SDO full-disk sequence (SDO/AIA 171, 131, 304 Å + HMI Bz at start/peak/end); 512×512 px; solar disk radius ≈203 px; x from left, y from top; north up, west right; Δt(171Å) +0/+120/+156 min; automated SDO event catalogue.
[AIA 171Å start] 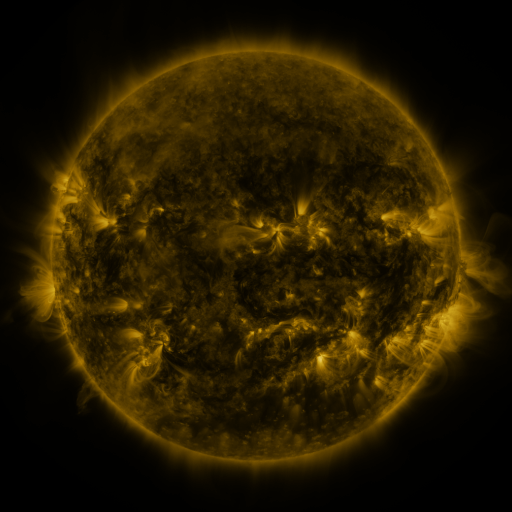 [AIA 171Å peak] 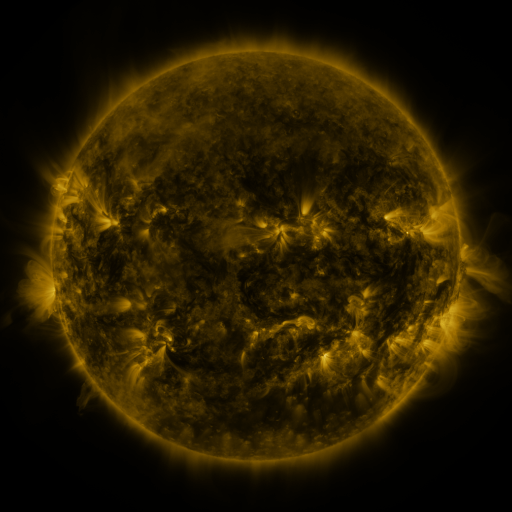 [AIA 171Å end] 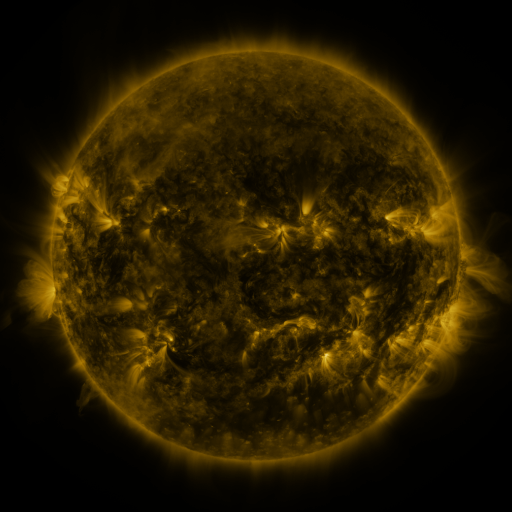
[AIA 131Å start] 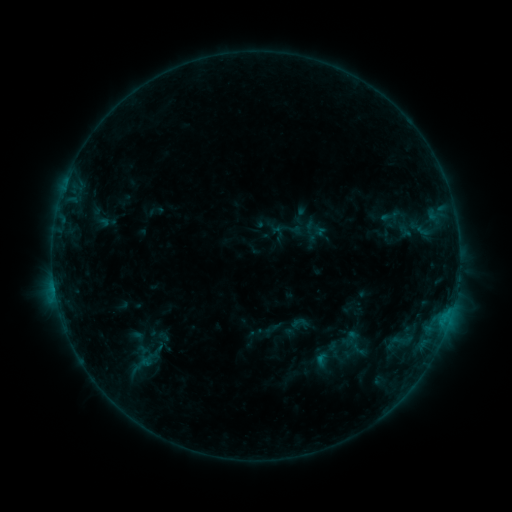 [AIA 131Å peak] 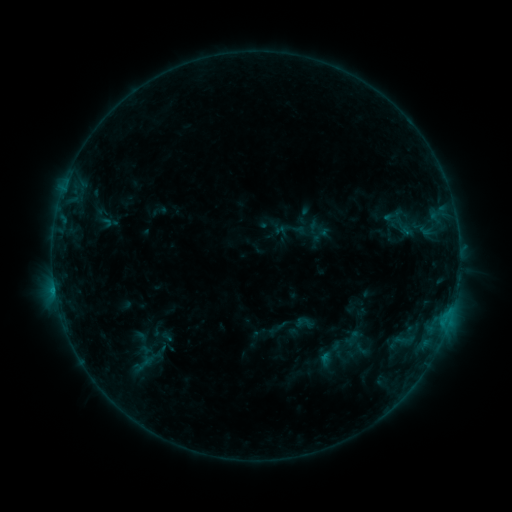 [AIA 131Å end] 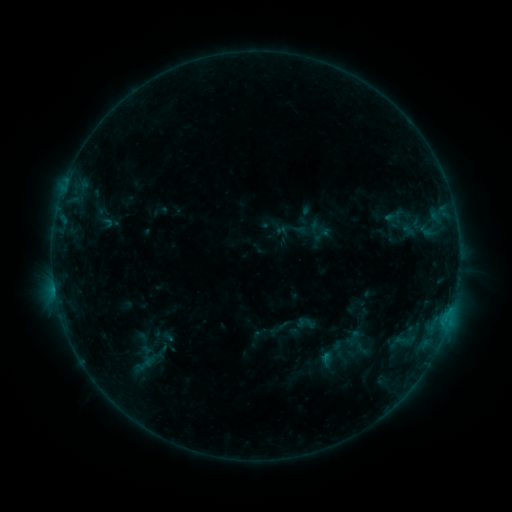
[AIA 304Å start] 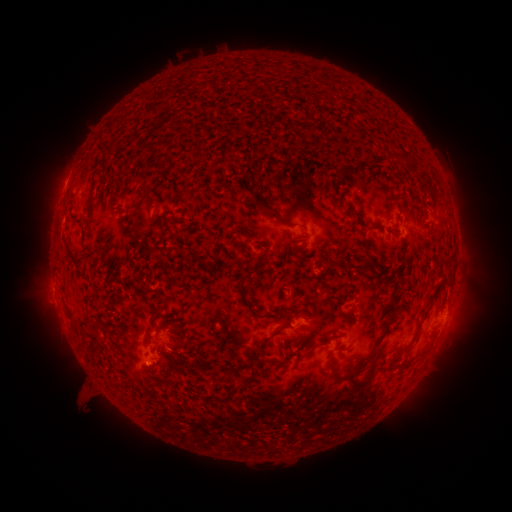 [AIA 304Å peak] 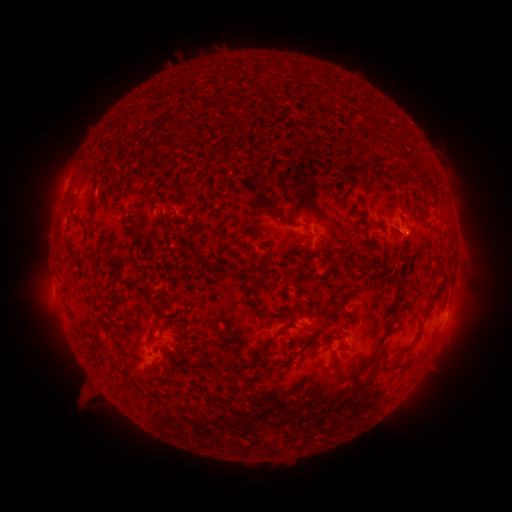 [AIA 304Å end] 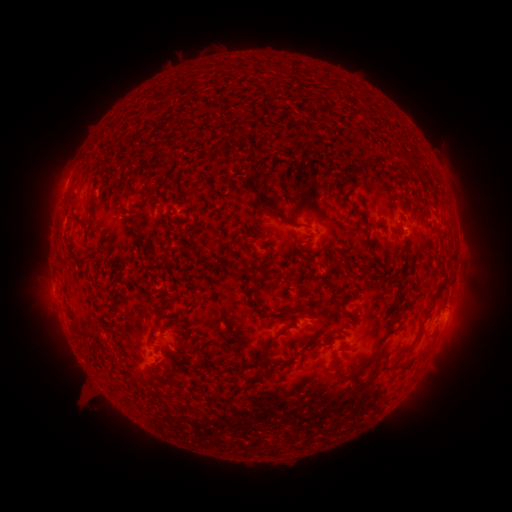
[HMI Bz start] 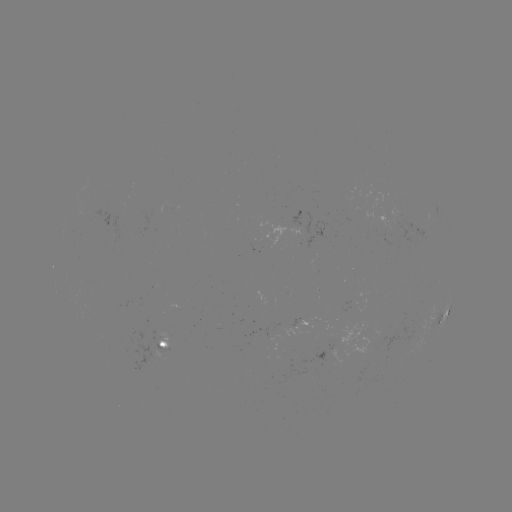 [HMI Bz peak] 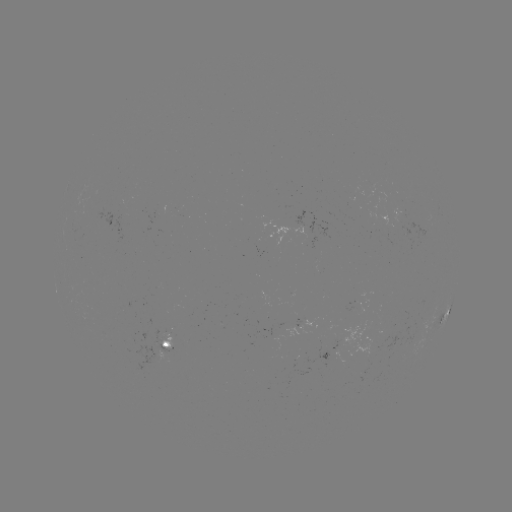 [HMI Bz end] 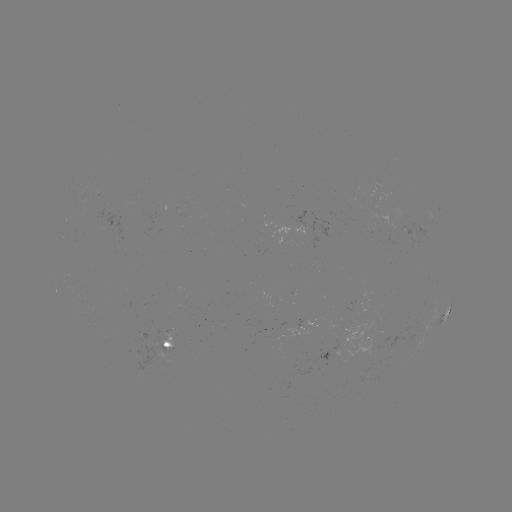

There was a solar emerging-flux region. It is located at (305, 227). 